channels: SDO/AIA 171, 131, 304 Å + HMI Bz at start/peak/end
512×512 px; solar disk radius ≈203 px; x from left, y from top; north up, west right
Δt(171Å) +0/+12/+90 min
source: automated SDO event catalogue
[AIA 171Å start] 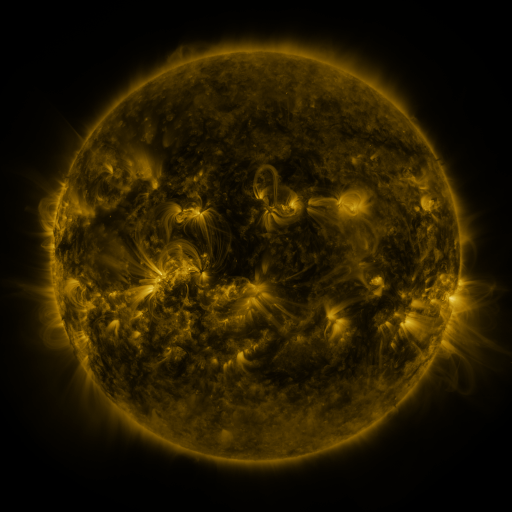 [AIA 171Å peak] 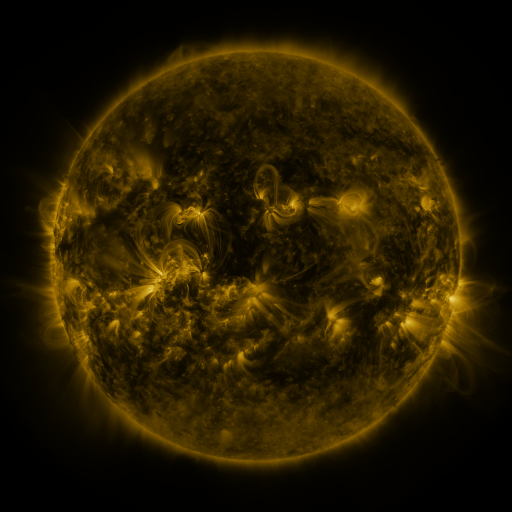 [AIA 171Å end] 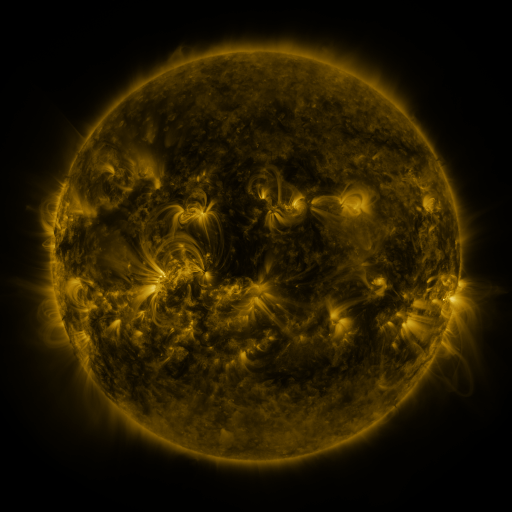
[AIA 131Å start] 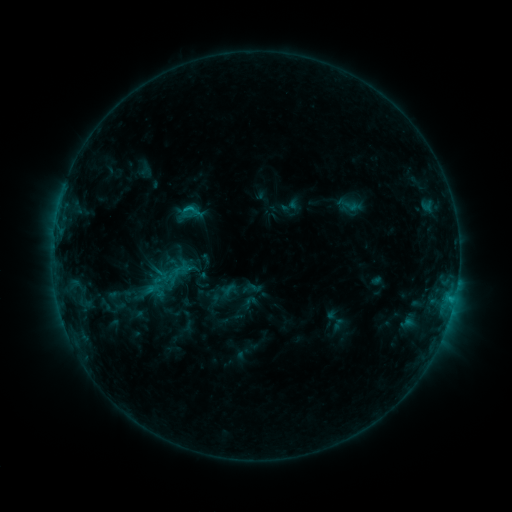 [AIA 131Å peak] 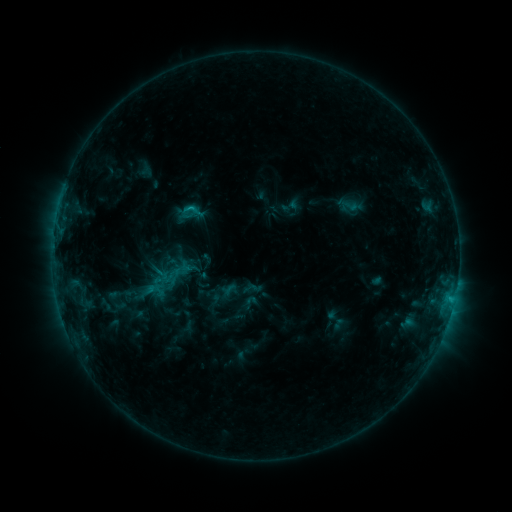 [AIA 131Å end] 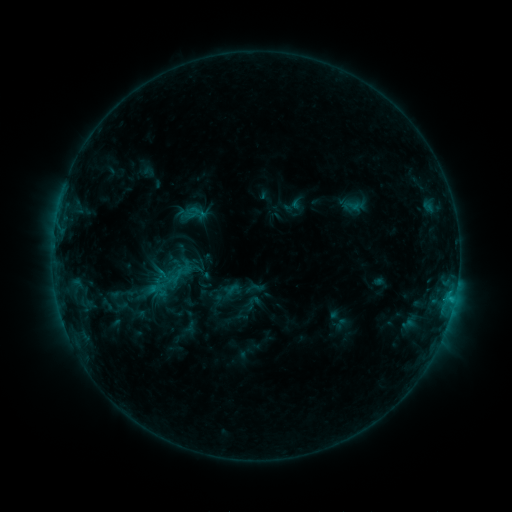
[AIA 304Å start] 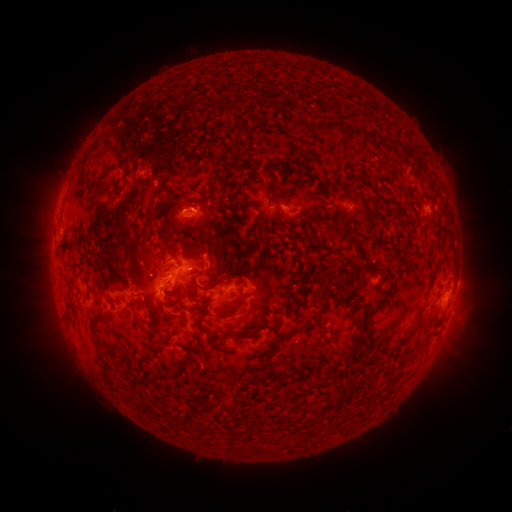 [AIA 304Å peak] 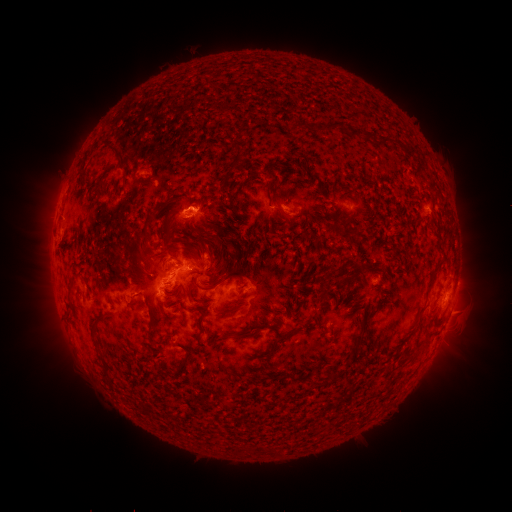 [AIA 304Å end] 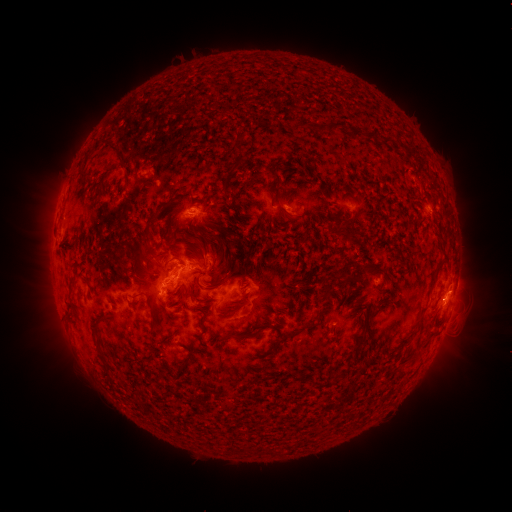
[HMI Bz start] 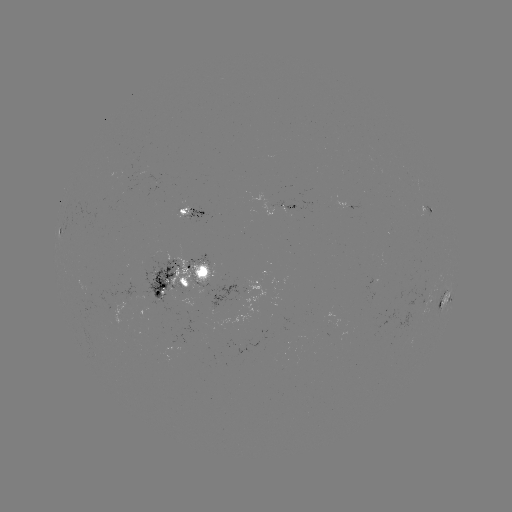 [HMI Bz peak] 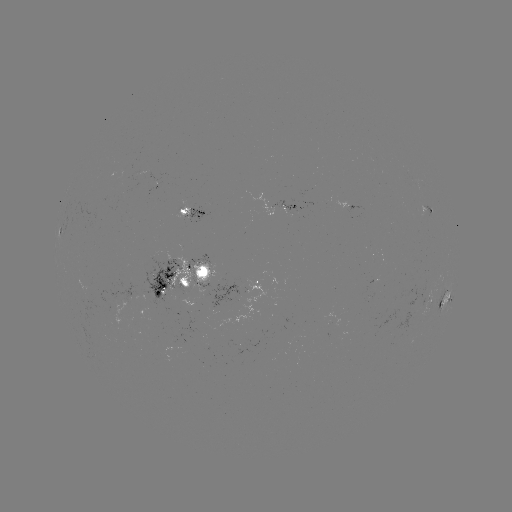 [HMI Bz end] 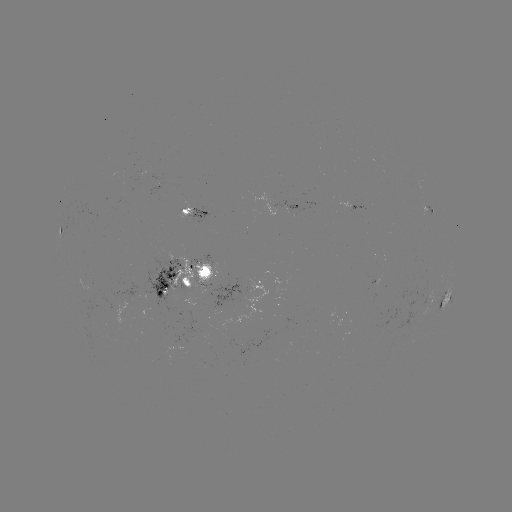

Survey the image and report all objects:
C2.1 flare: (452, 308)
